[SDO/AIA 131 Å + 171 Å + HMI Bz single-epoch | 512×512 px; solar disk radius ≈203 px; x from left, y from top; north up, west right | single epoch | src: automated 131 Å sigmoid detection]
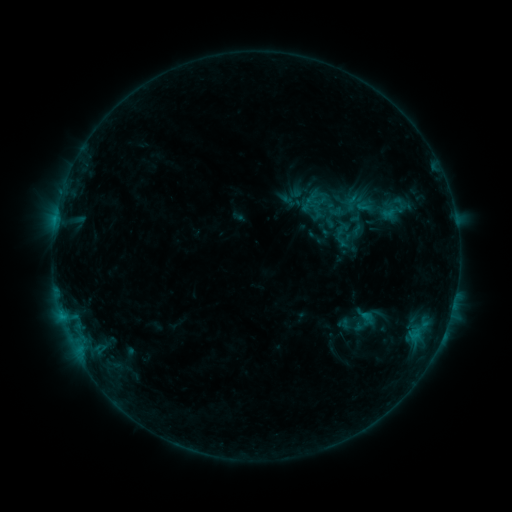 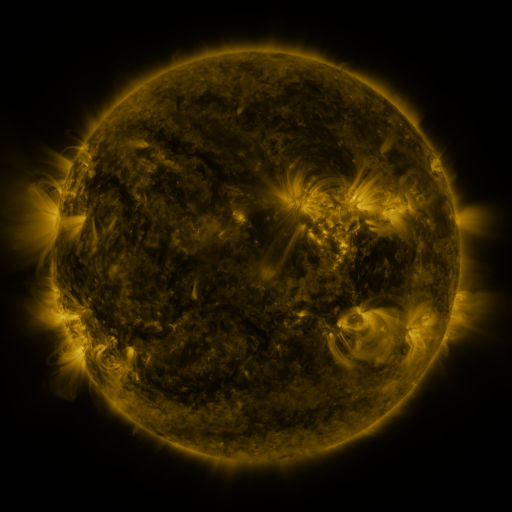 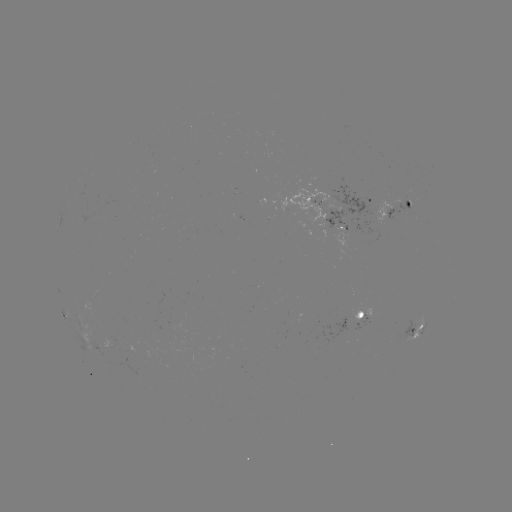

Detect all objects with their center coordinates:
sigmoid: [353, 198, 375, 215]
sigmoid: [351, 308, 379, 336]
